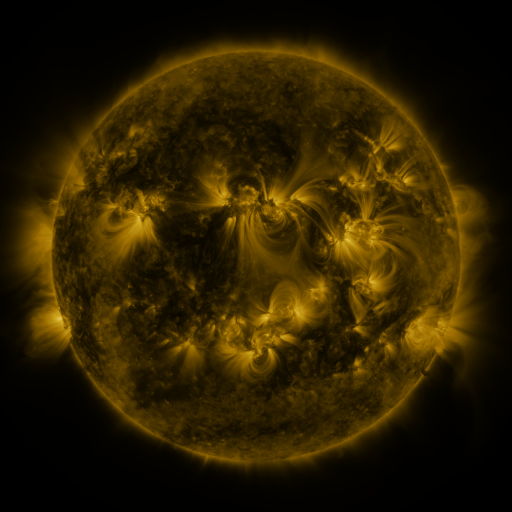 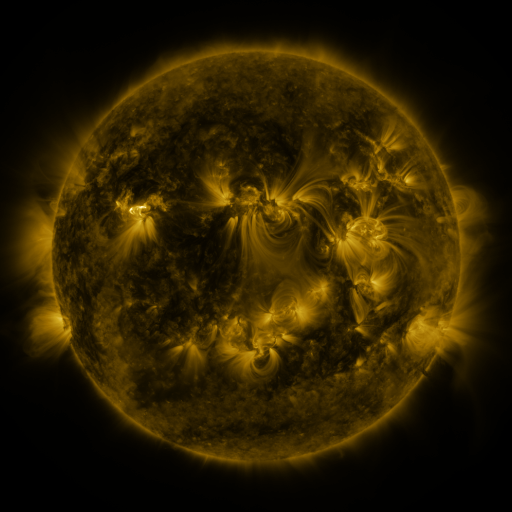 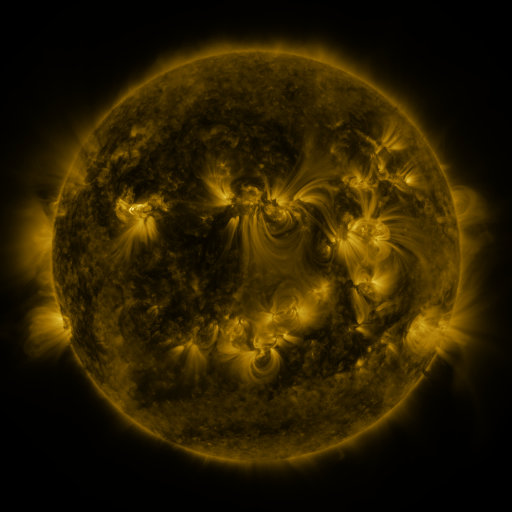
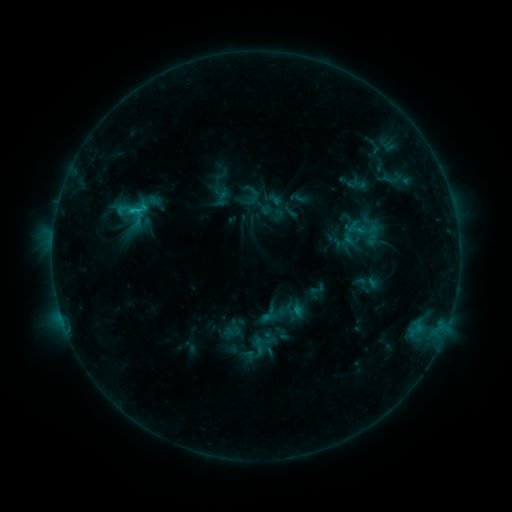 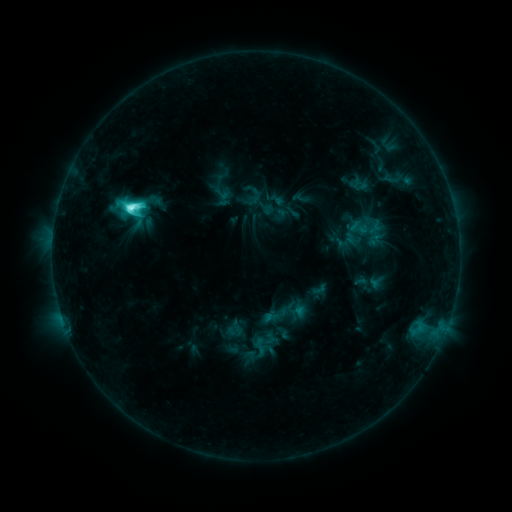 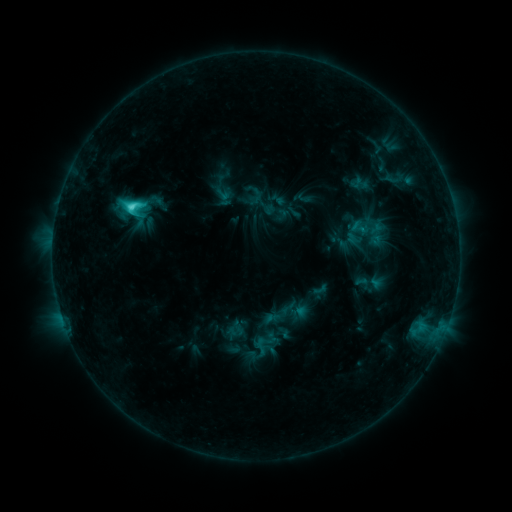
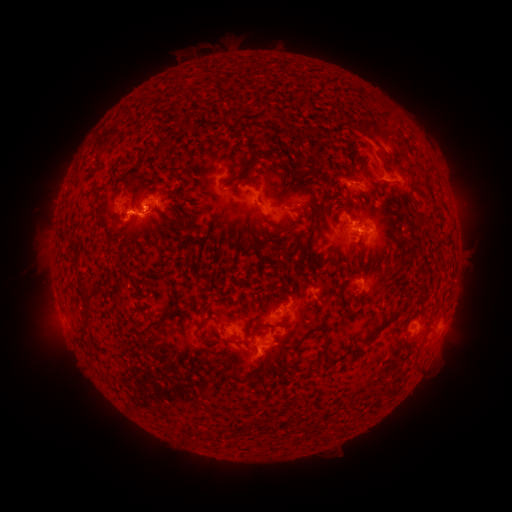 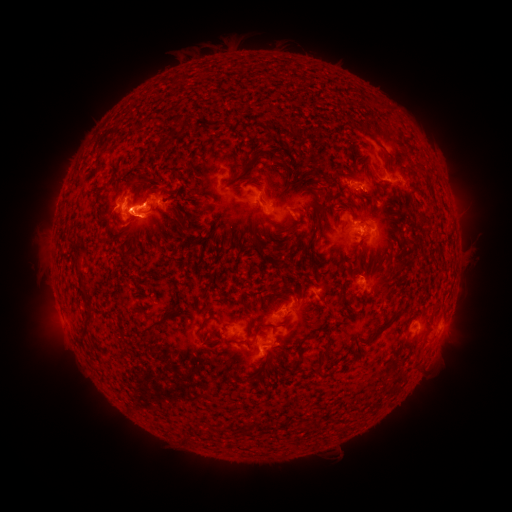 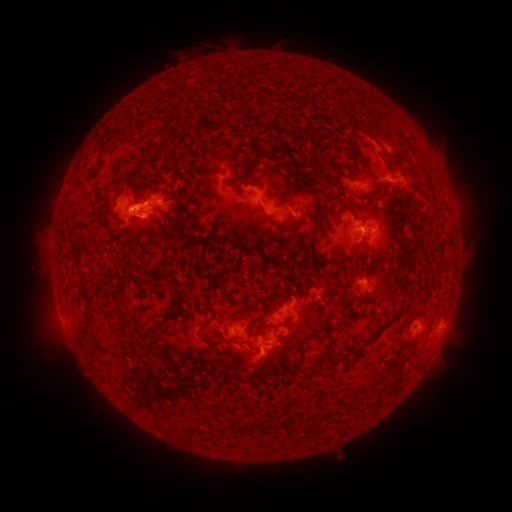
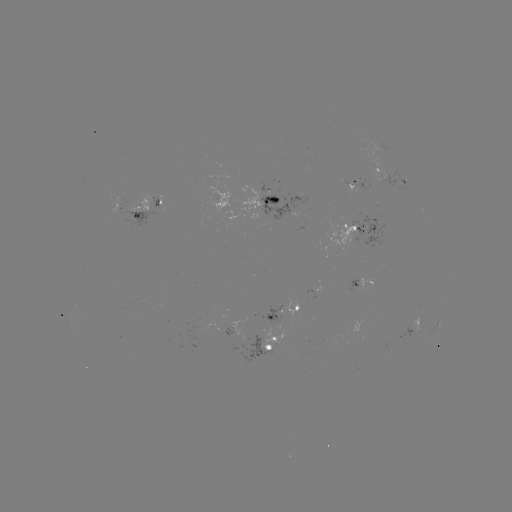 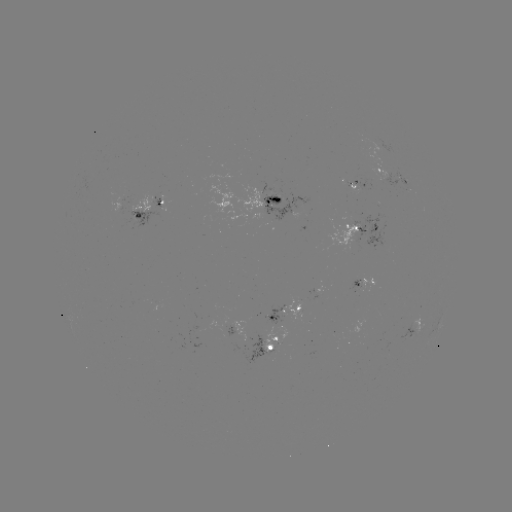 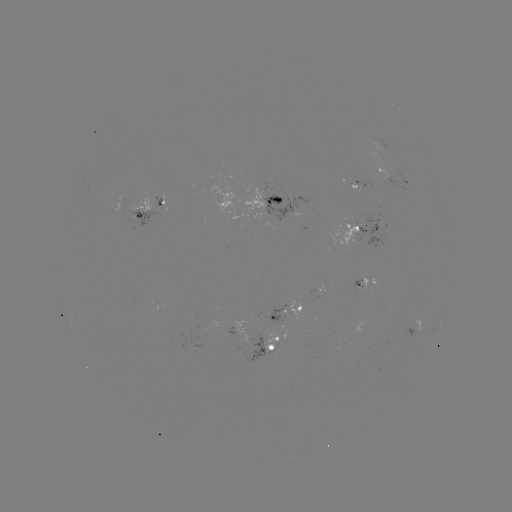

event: emerging-flux region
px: (273, 191)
